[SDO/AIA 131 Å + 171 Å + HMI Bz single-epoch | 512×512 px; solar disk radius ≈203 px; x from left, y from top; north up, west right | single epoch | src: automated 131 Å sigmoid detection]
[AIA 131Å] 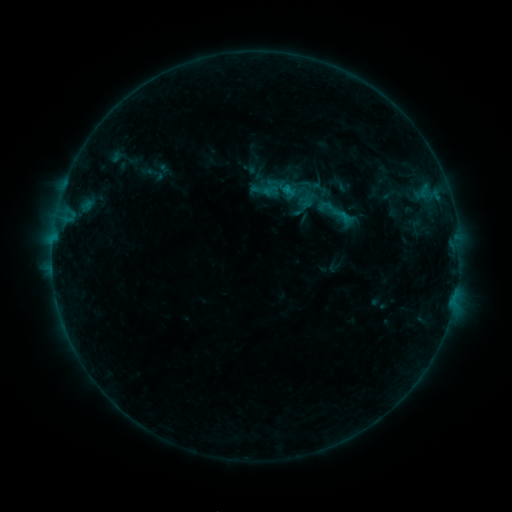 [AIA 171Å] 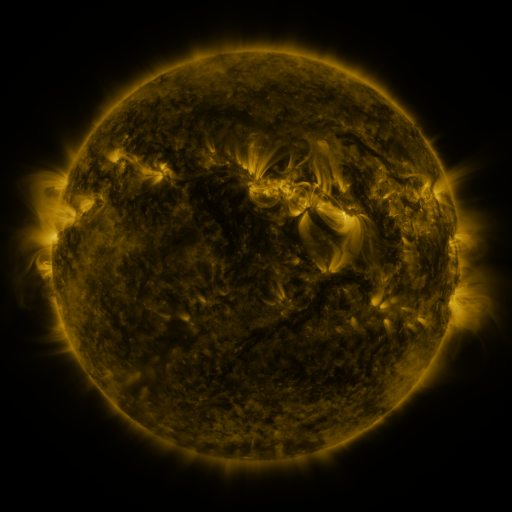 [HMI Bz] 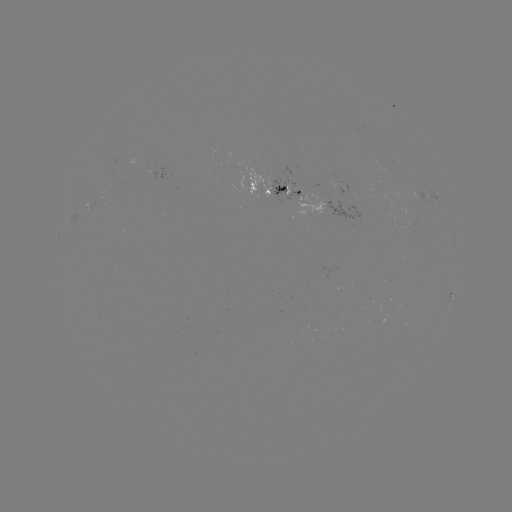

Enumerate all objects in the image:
sigmoid: [294, 183, 318, 206]
